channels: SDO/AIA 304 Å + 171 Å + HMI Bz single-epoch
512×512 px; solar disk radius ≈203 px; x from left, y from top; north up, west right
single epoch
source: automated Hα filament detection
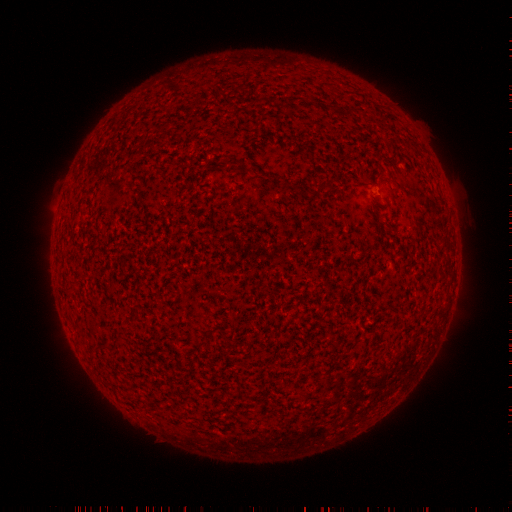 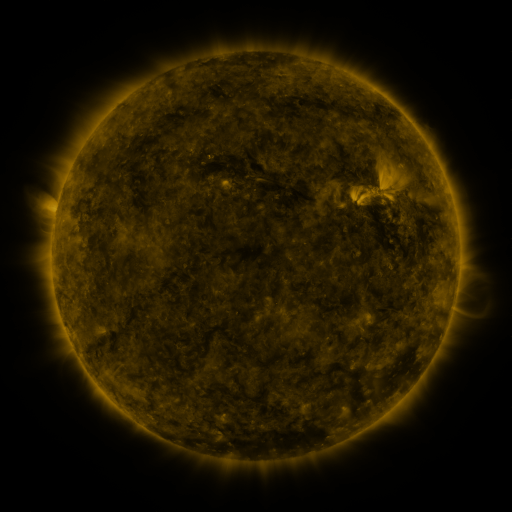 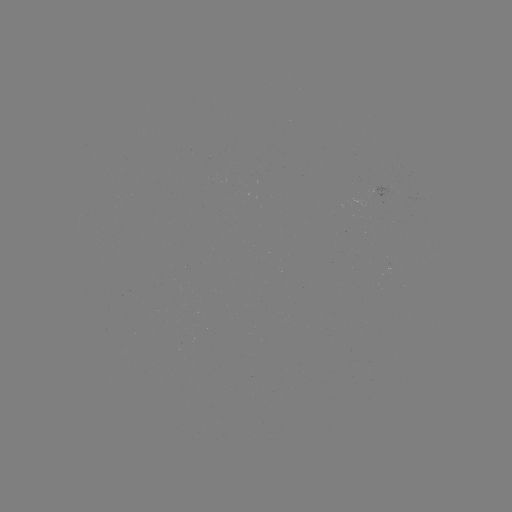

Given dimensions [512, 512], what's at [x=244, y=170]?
filament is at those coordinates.